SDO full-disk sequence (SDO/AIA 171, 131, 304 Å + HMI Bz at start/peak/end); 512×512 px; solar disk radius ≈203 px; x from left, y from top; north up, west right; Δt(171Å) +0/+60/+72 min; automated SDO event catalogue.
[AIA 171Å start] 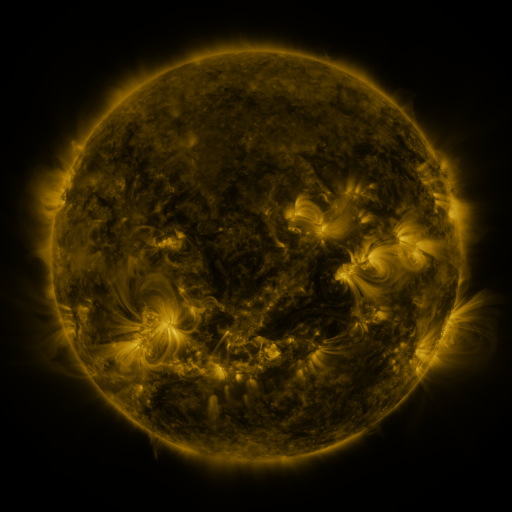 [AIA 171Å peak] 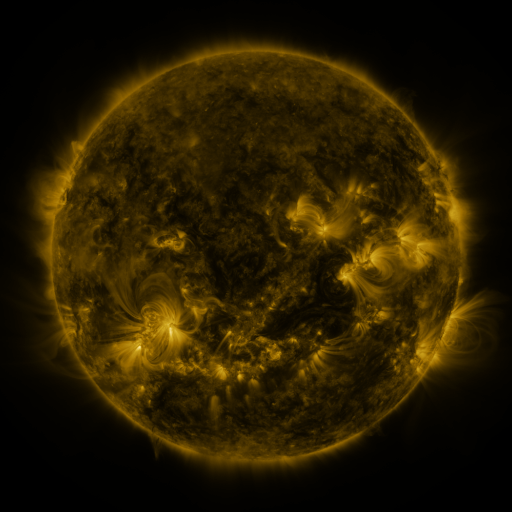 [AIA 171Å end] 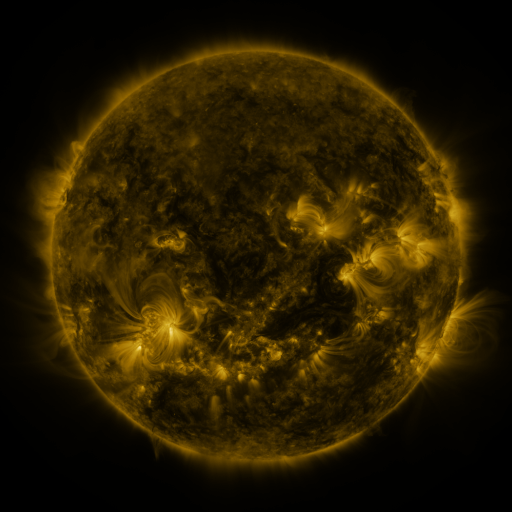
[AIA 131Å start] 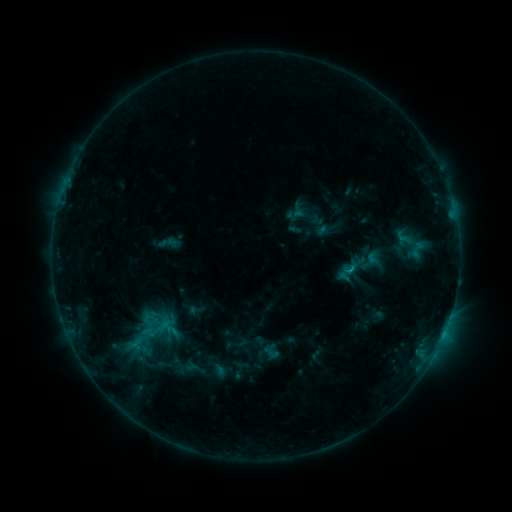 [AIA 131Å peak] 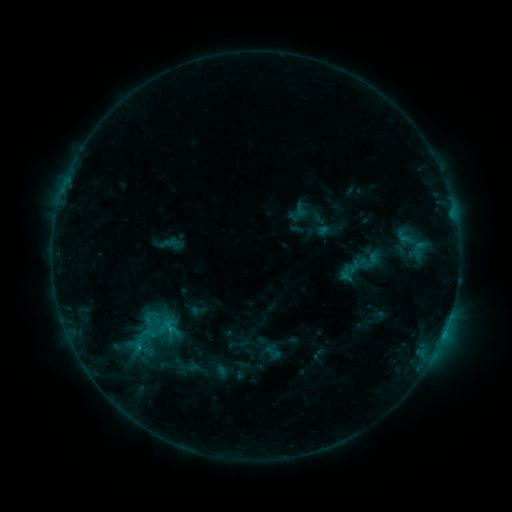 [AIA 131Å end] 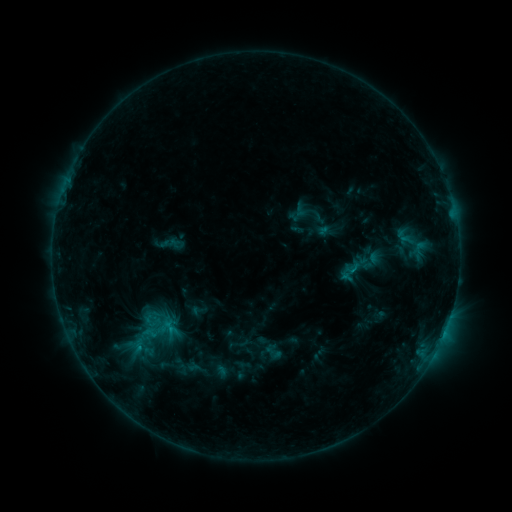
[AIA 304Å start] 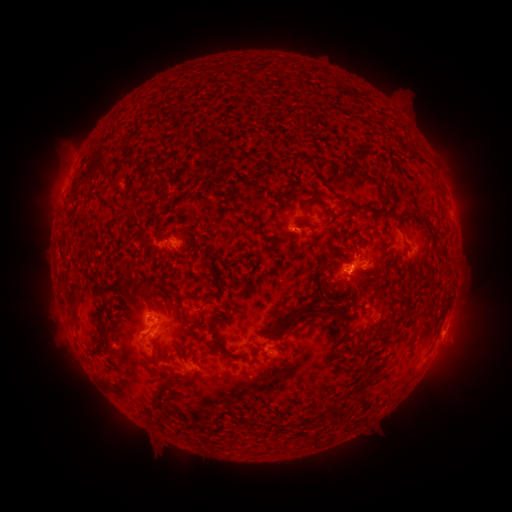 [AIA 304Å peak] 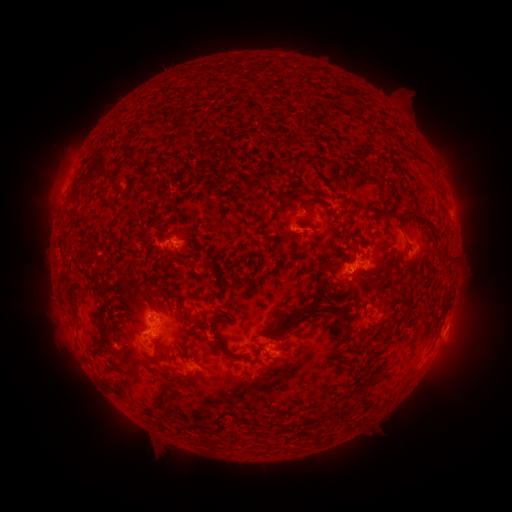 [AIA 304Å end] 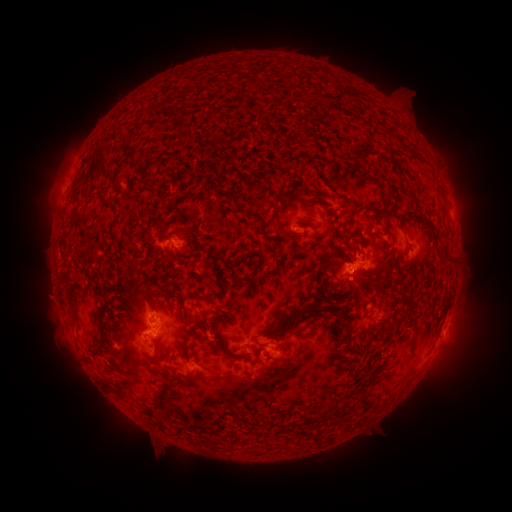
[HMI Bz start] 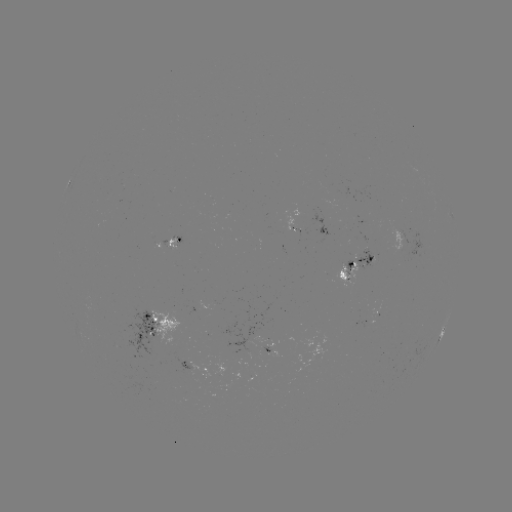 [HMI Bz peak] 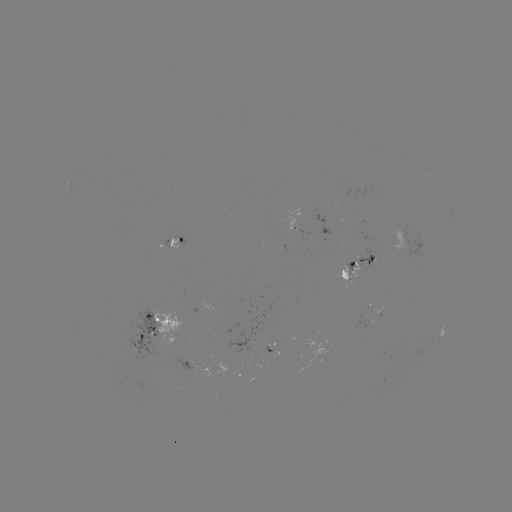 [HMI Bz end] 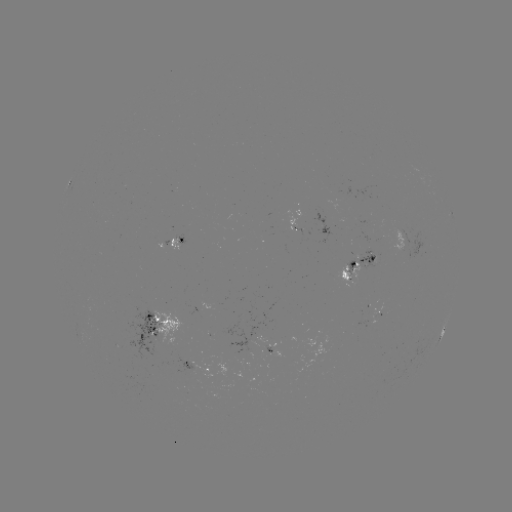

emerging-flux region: [345, 260, 354, 275]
